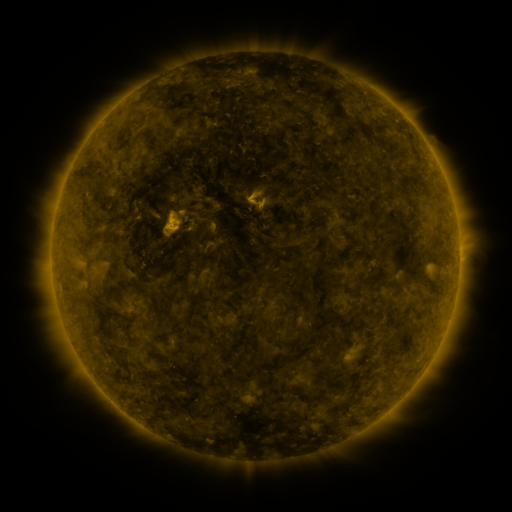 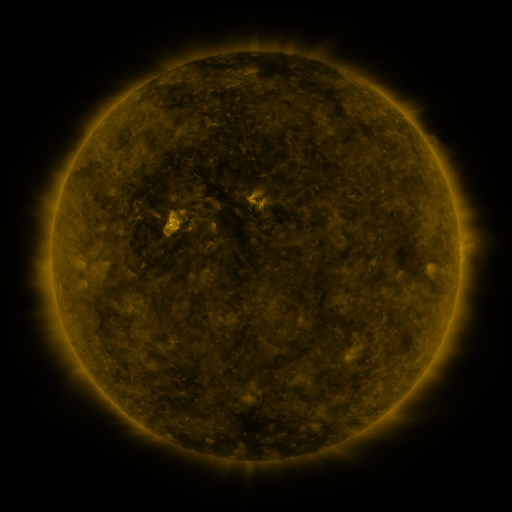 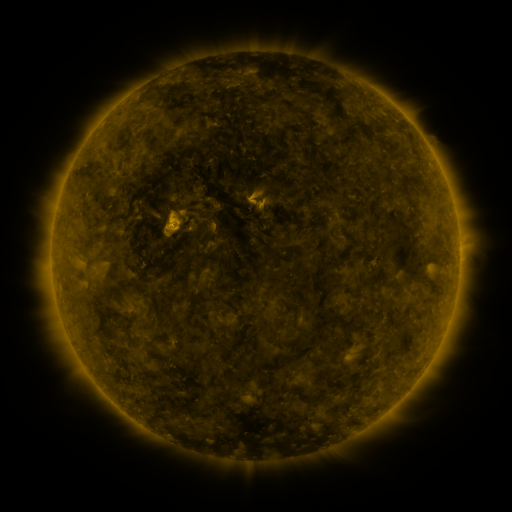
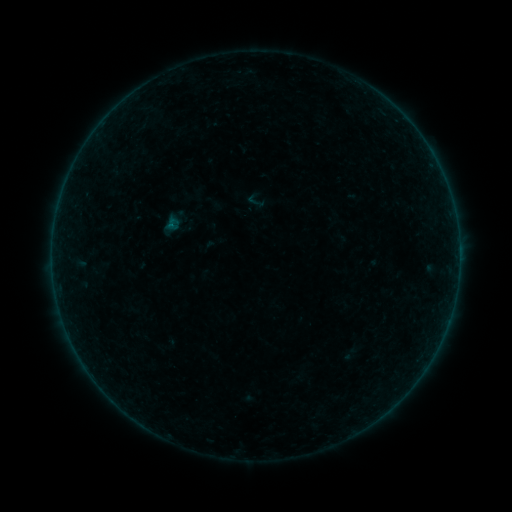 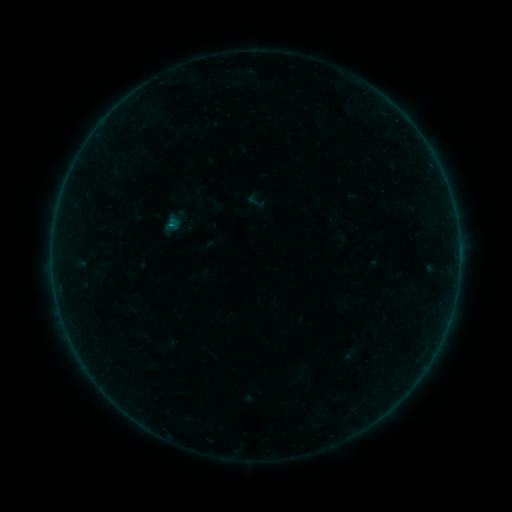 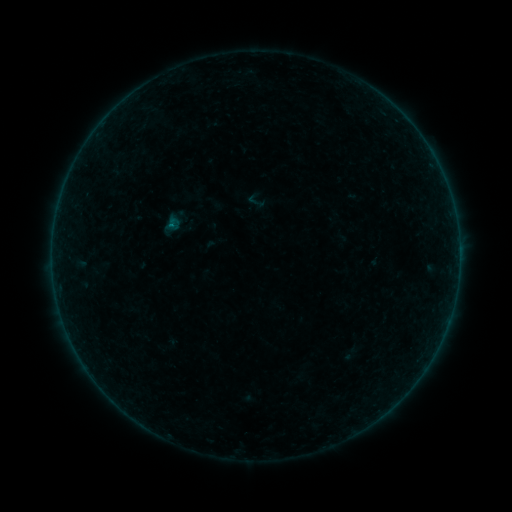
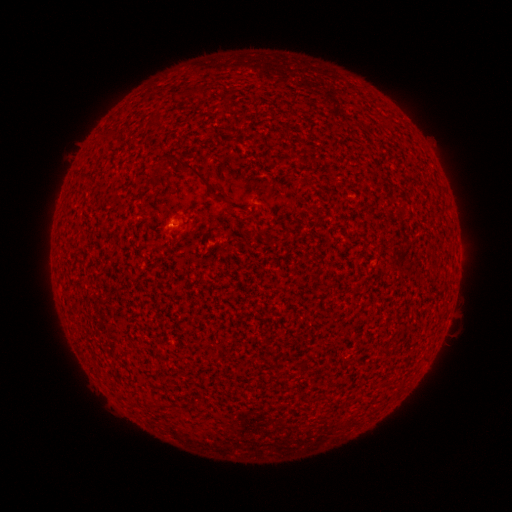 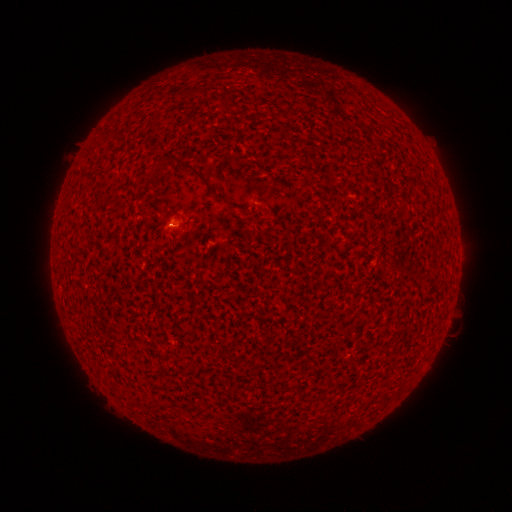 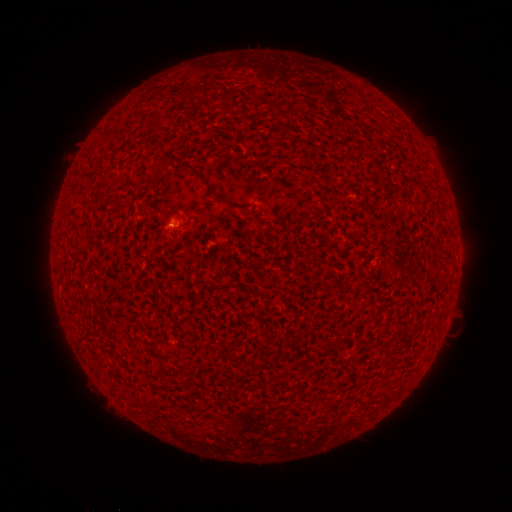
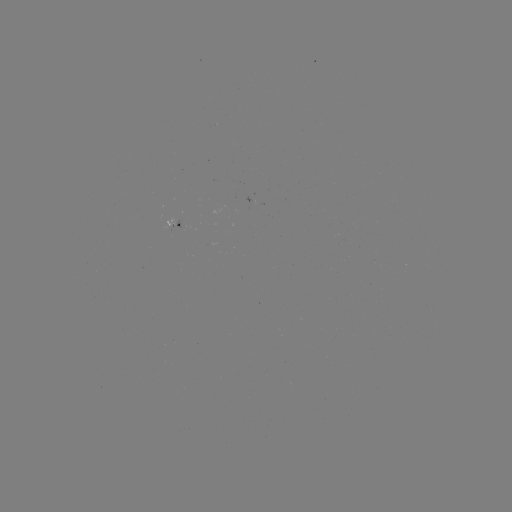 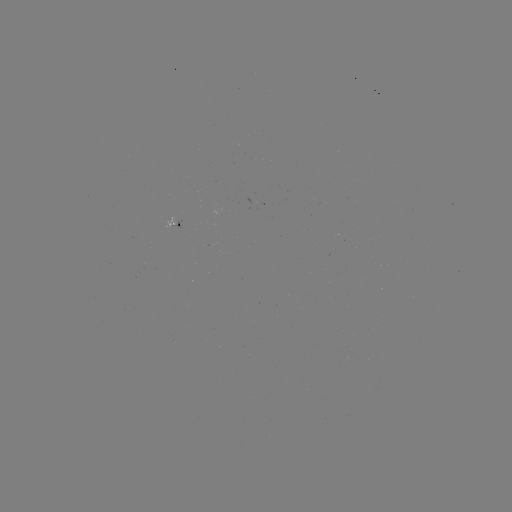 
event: flare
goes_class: B1.2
